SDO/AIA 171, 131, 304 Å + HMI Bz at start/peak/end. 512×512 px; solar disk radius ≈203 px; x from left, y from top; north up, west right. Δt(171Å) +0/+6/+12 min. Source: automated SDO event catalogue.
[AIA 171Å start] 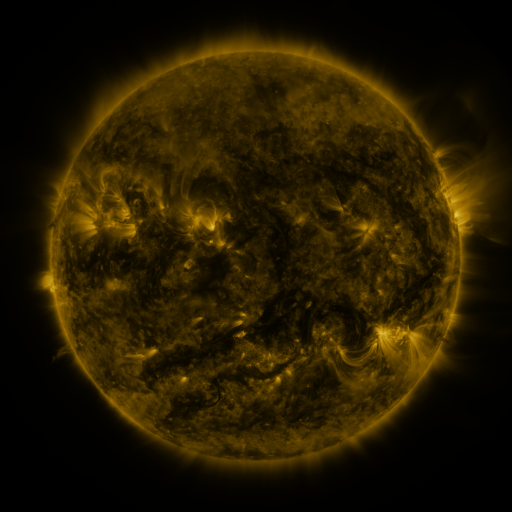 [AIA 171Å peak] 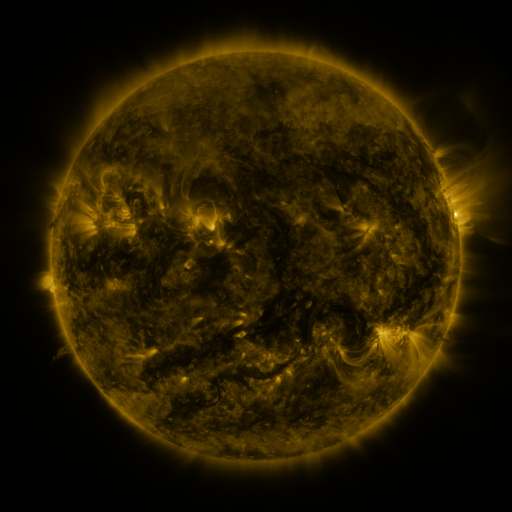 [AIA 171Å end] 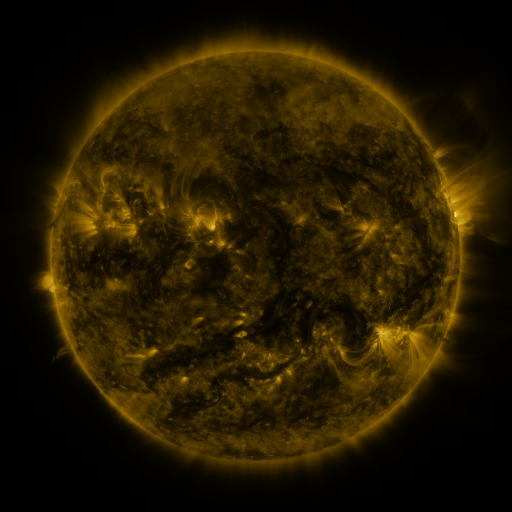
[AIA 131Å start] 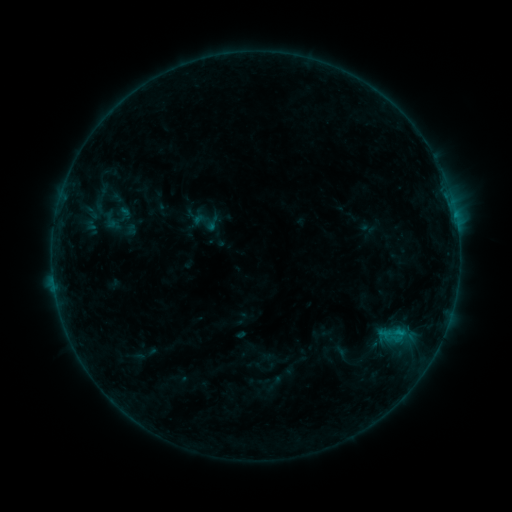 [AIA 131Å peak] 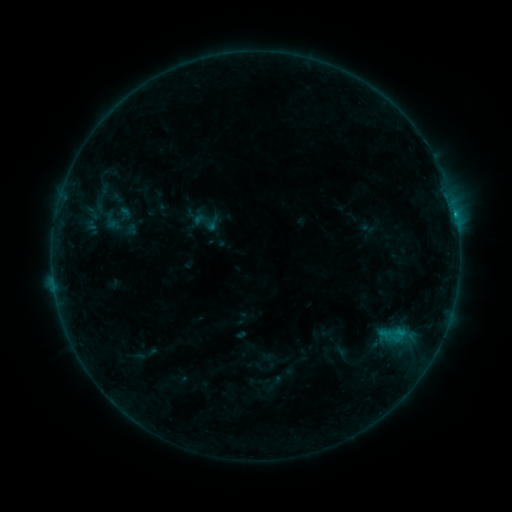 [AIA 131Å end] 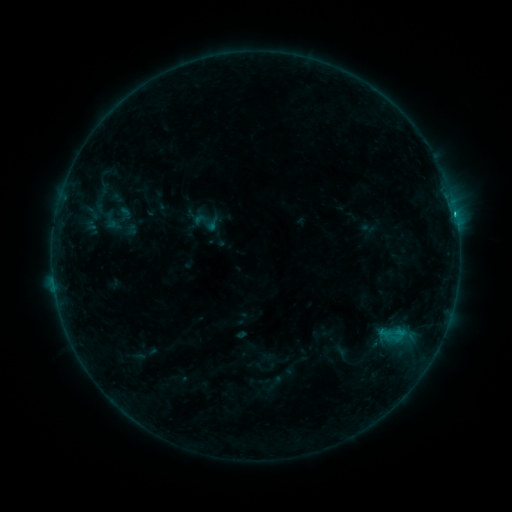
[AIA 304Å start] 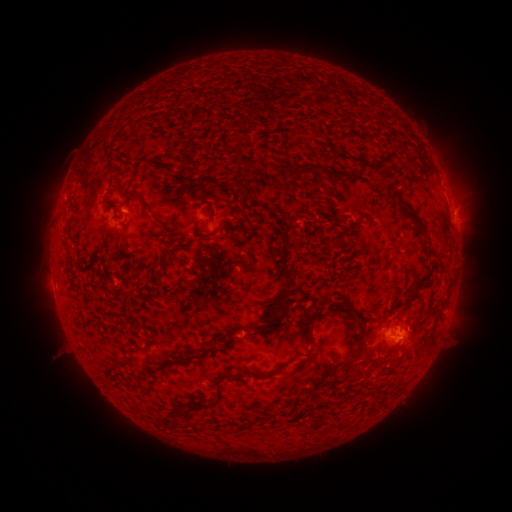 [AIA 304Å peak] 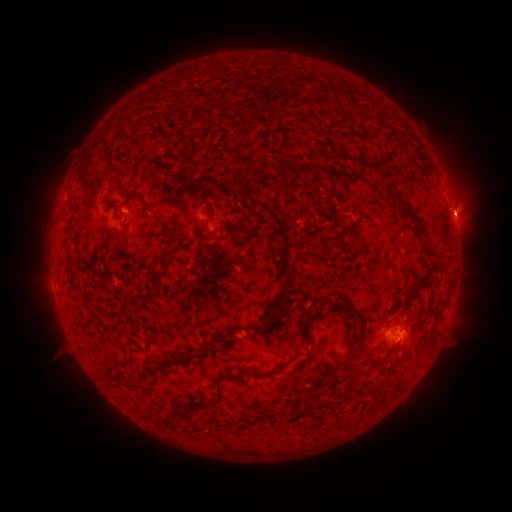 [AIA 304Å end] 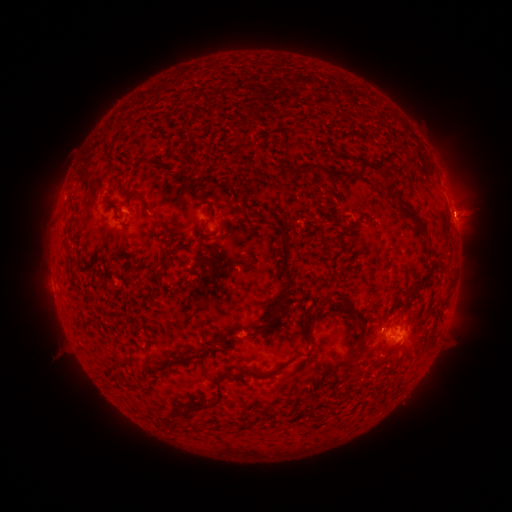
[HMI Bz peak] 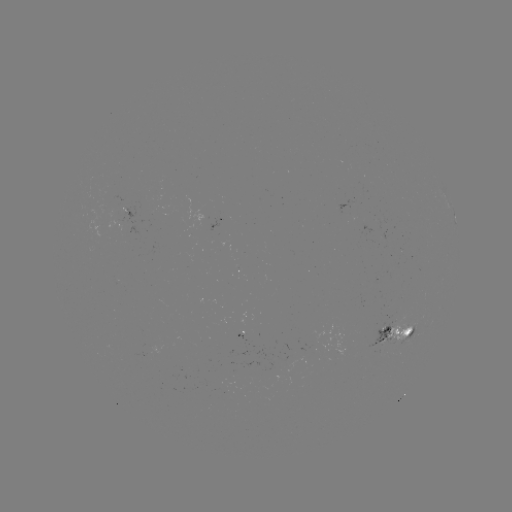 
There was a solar flare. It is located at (453, 216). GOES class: C1.0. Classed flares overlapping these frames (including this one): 1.